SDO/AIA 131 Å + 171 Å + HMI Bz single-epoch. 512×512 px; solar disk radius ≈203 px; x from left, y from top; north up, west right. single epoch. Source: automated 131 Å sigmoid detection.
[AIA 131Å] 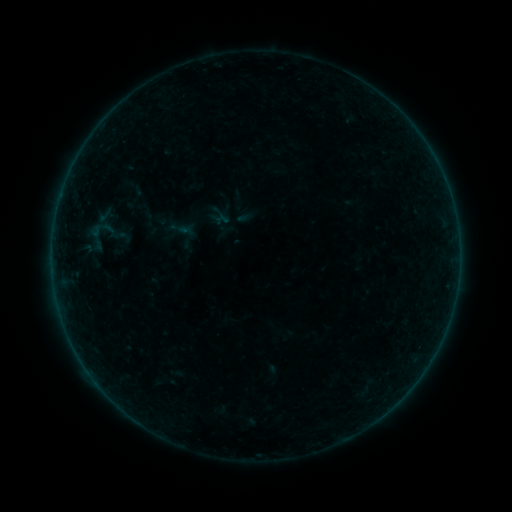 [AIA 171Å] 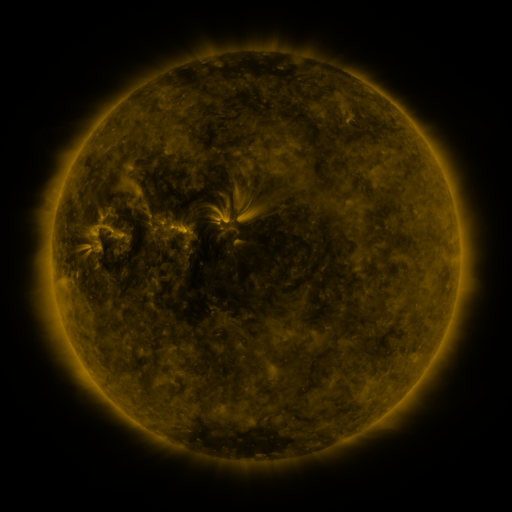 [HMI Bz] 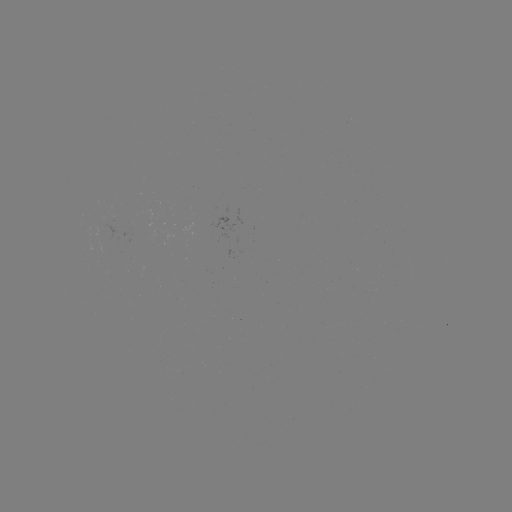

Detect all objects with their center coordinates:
sigmoid: (98, 234)
